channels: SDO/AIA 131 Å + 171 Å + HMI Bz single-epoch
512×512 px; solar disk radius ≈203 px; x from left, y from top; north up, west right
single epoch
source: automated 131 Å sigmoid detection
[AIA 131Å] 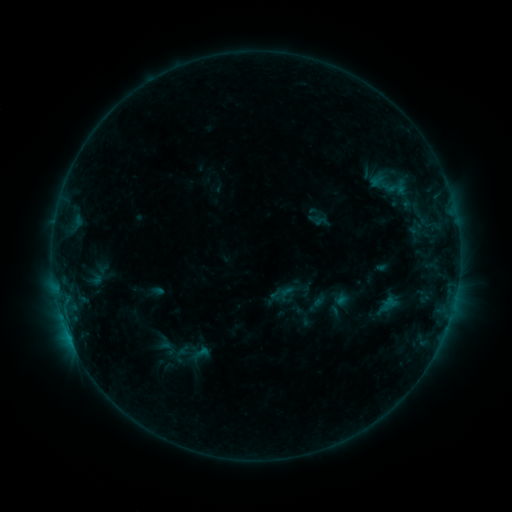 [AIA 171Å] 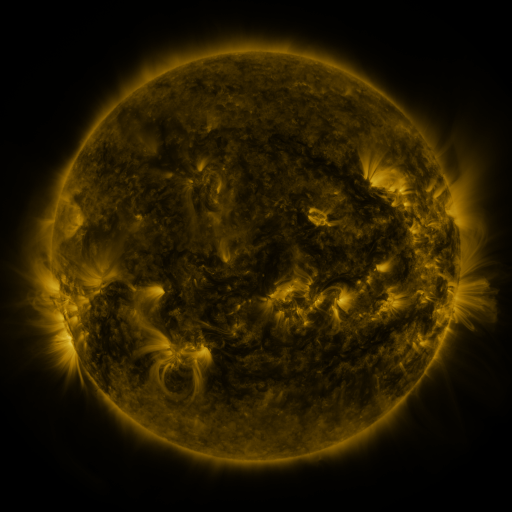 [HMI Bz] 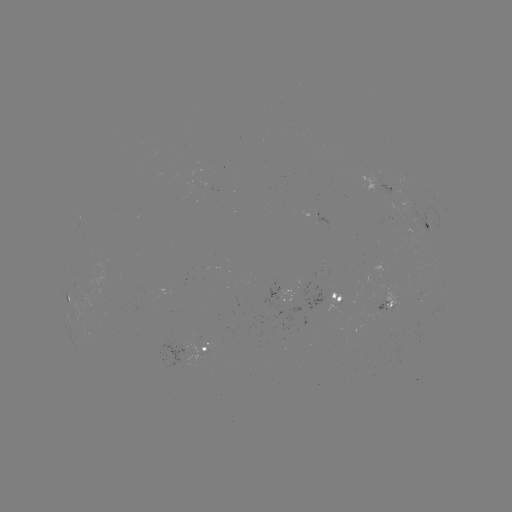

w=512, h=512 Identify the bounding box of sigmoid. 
[276, 283, 295, 303].